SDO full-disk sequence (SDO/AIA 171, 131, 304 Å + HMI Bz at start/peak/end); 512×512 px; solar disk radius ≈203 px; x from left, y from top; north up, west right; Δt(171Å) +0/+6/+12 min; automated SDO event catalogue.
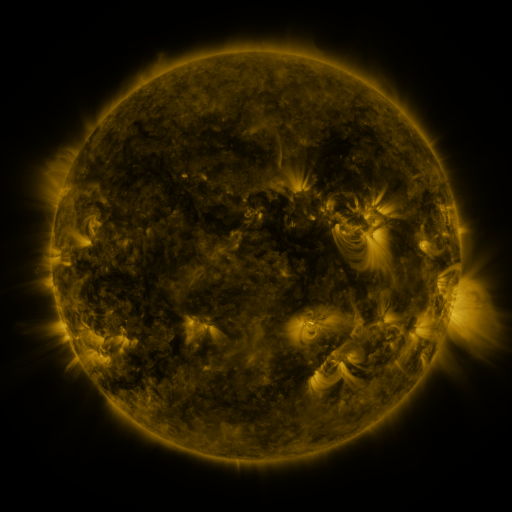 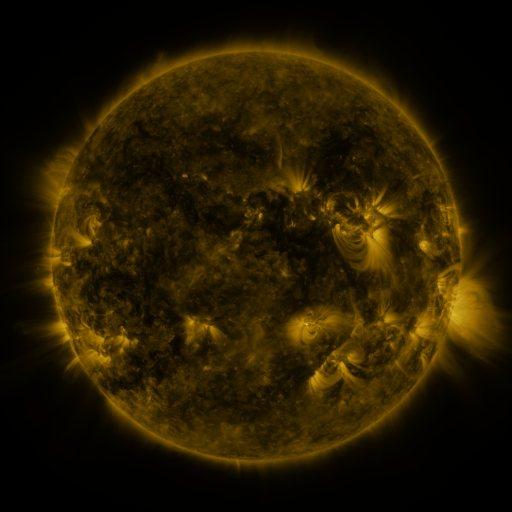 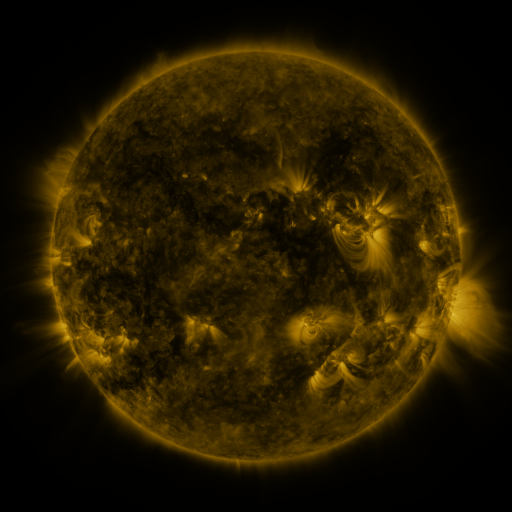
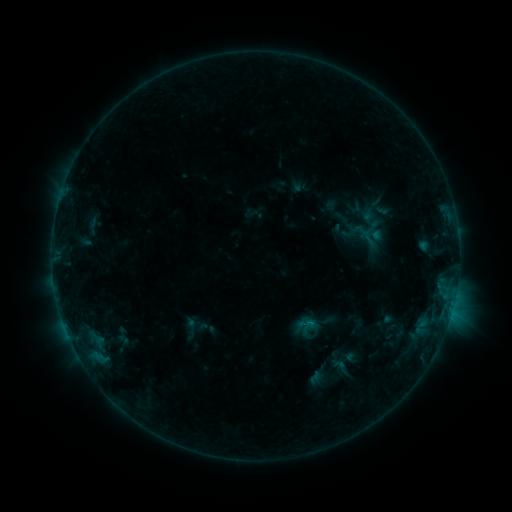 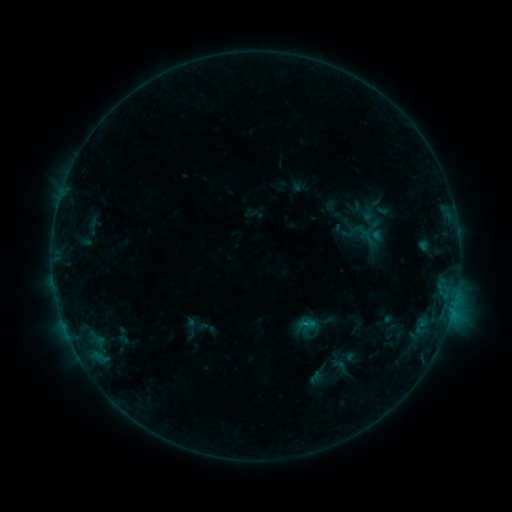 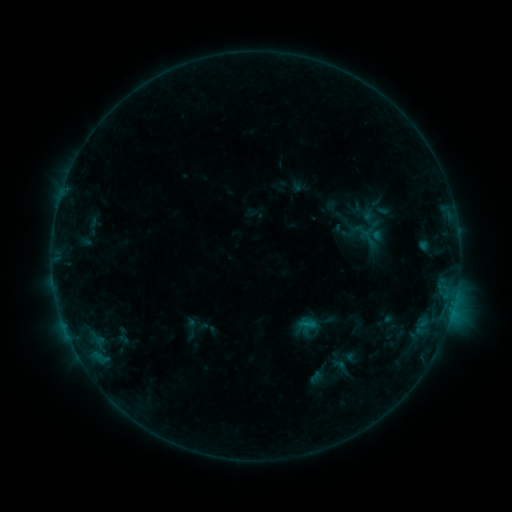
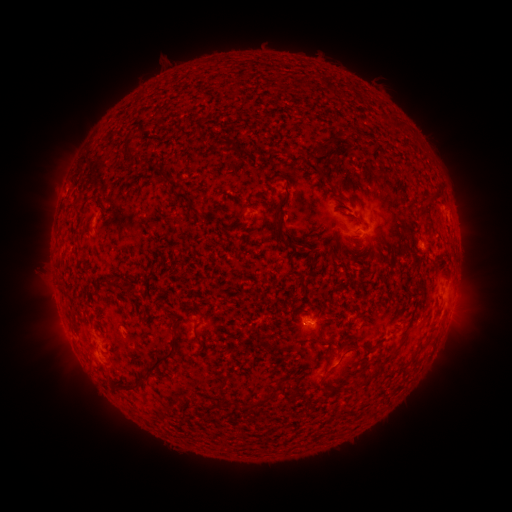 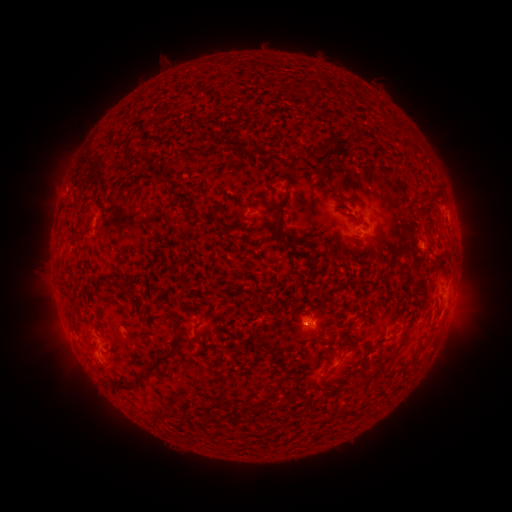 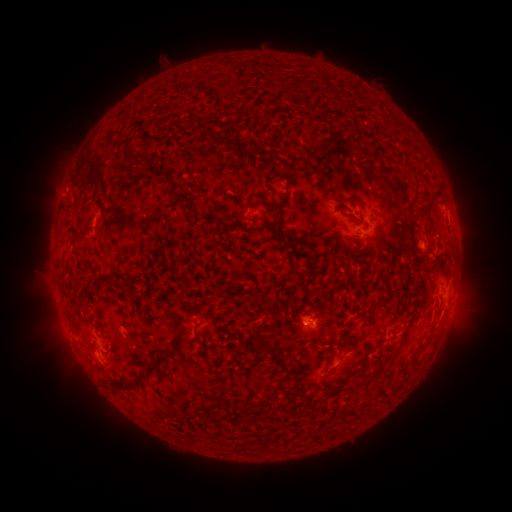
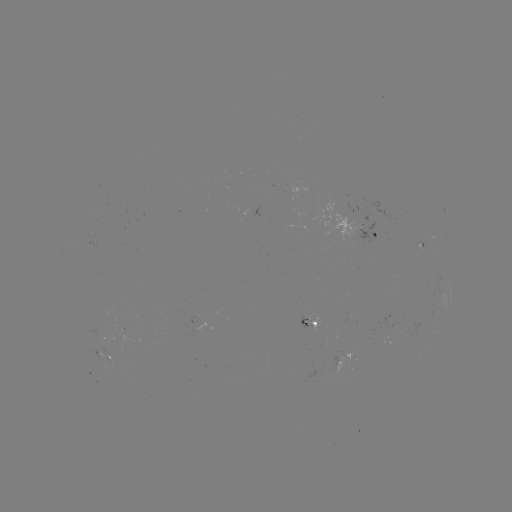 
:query B5.5 flare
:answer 310,325